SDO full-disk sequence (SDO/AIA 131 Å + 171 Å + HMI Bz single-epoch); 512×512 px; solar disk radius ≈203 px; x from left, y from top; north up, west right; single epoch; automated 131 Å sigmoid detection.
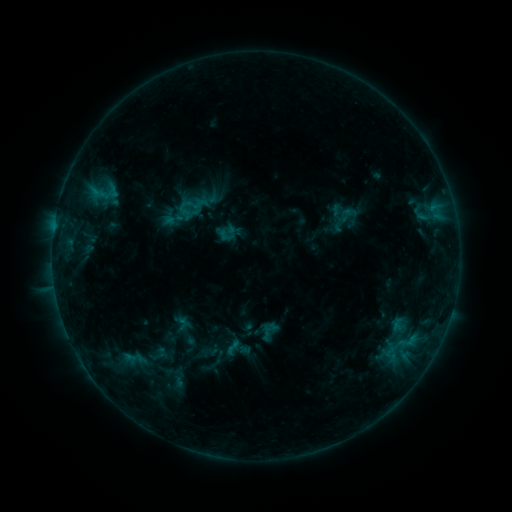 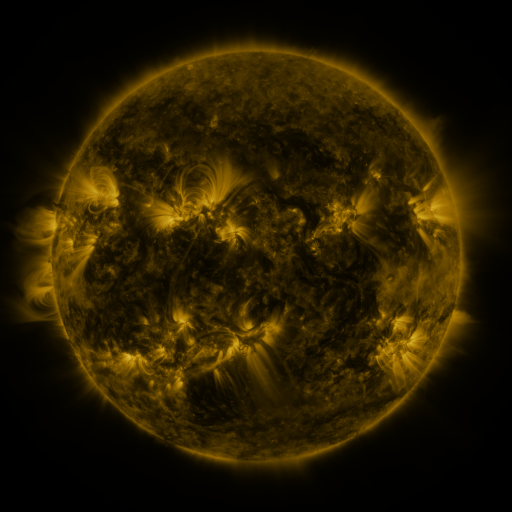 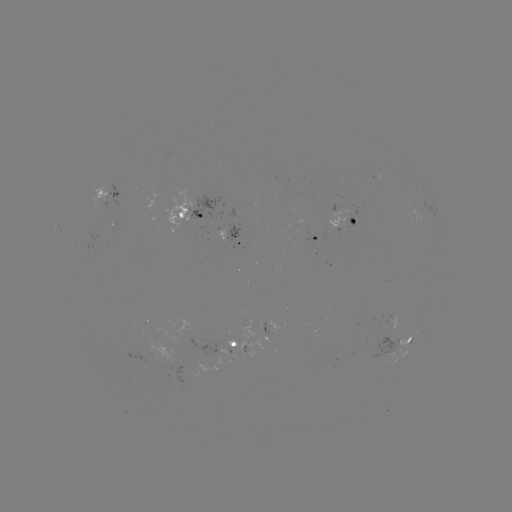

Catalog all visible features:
sigmoid: (346, 215)
sigmoid: (233, 347)
